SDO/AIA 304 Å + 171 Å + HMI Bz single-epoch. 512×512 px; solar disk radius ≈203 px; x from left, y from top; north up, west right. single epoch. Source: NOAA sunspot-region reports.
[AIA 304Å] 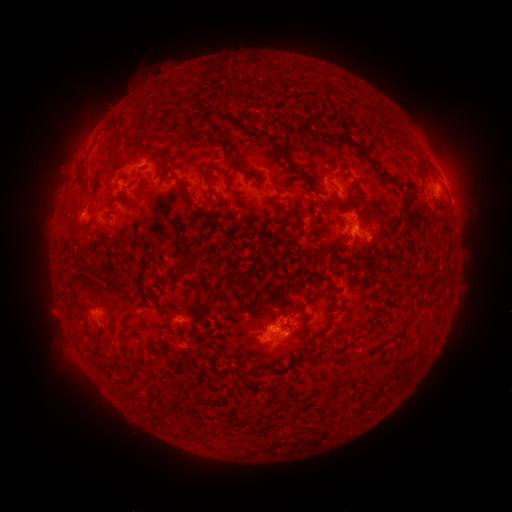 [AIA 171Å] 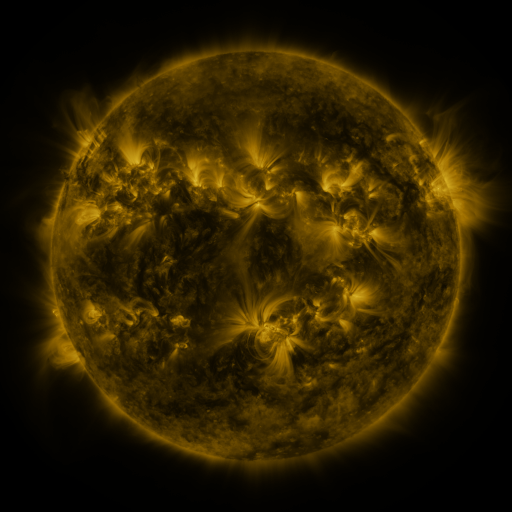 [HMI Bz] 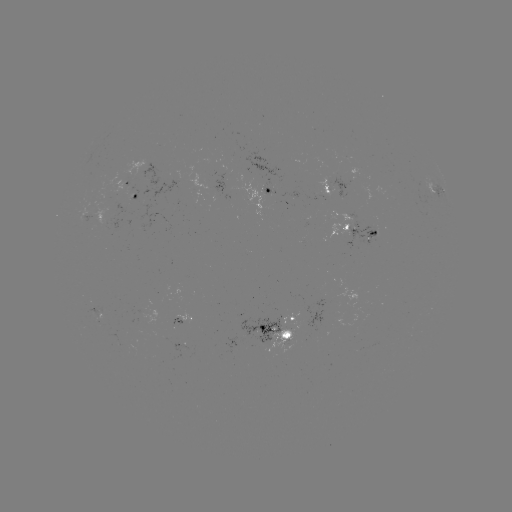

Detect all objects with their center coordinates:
spotted active region: (127, 180)
spotted active region: (340, 190)
spotted active region: (136, 193)
spotted active region: (272, 193)
spotted active region: (439, 193)
spotted active region: (363, 232)
spotted active region: (91, 319)
spotted active region: (183, 320)
spotted active region: (285, 330)
